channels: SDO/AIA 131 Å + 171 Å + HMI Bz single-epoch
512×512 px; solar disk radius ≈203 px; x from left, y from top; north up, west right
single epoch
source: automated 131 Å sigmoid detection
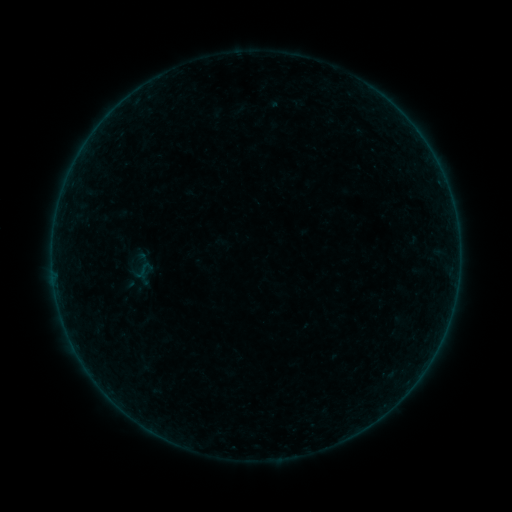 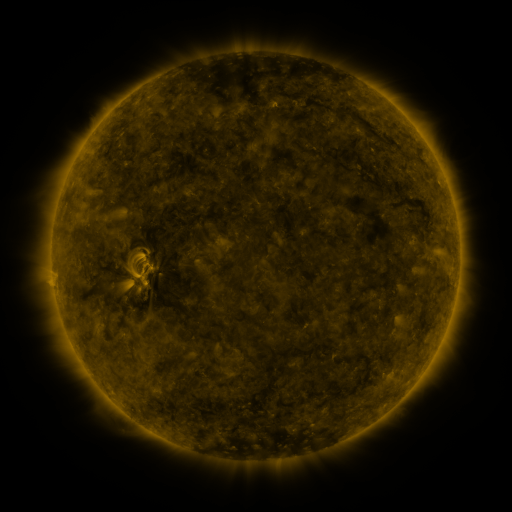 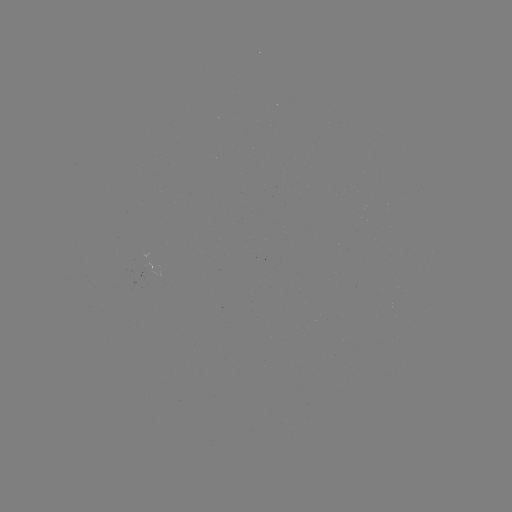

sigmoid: <bbox>131, 259, 157, 282</bbox>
